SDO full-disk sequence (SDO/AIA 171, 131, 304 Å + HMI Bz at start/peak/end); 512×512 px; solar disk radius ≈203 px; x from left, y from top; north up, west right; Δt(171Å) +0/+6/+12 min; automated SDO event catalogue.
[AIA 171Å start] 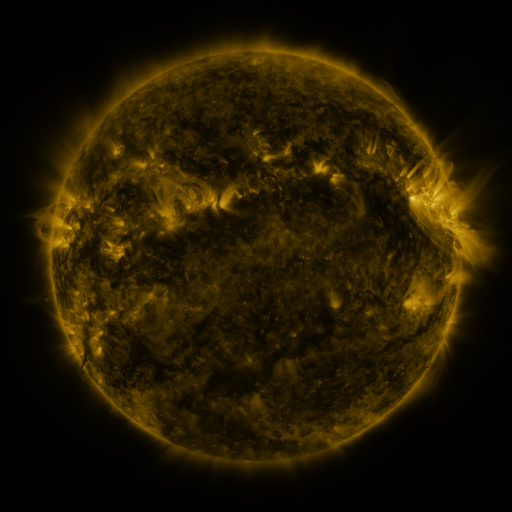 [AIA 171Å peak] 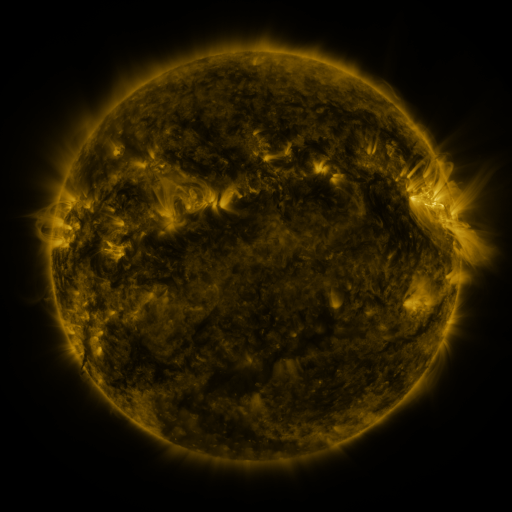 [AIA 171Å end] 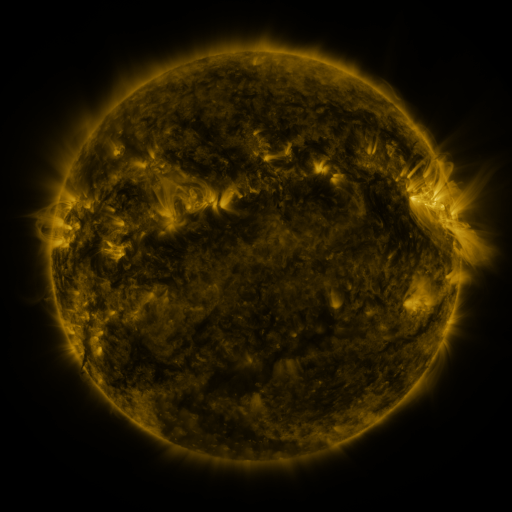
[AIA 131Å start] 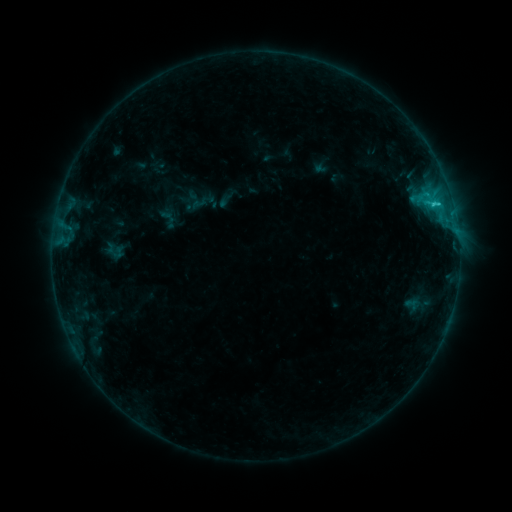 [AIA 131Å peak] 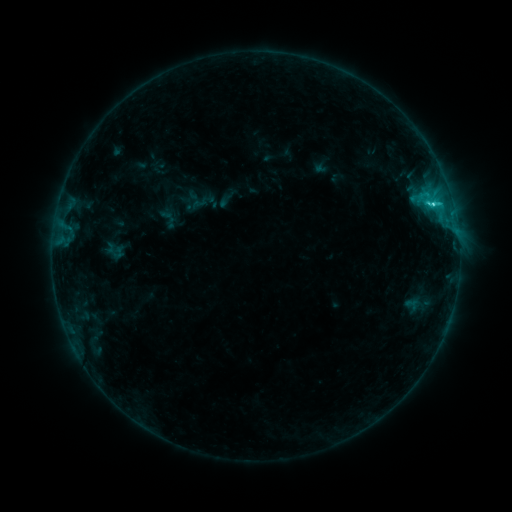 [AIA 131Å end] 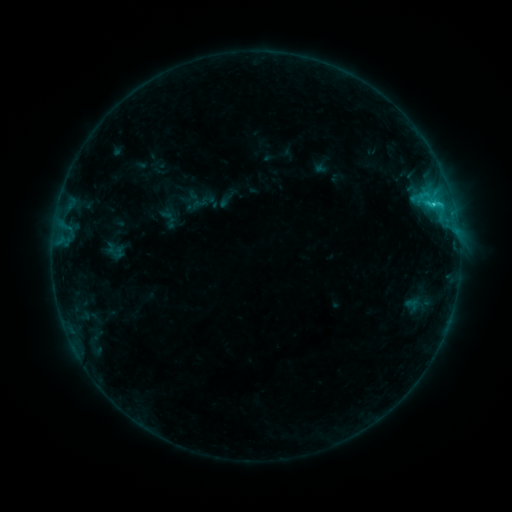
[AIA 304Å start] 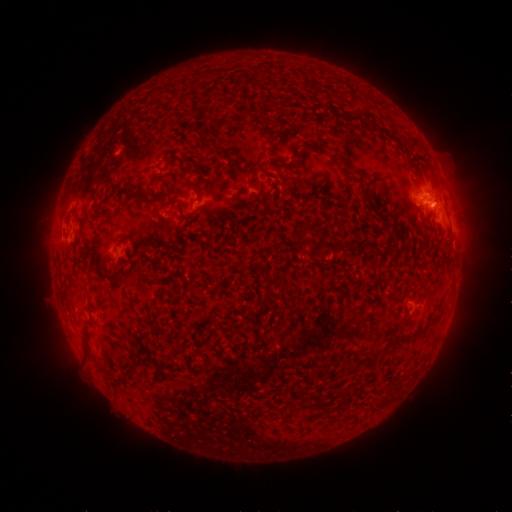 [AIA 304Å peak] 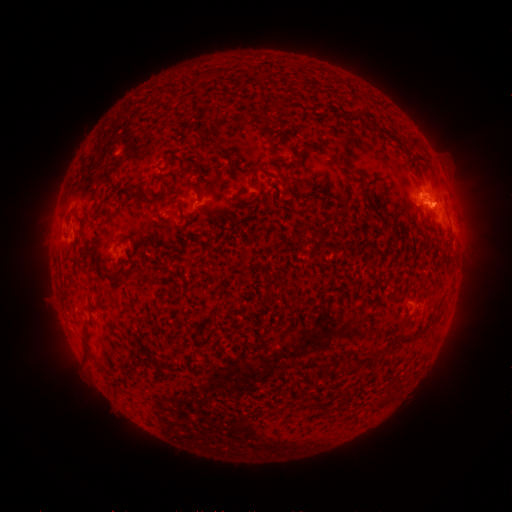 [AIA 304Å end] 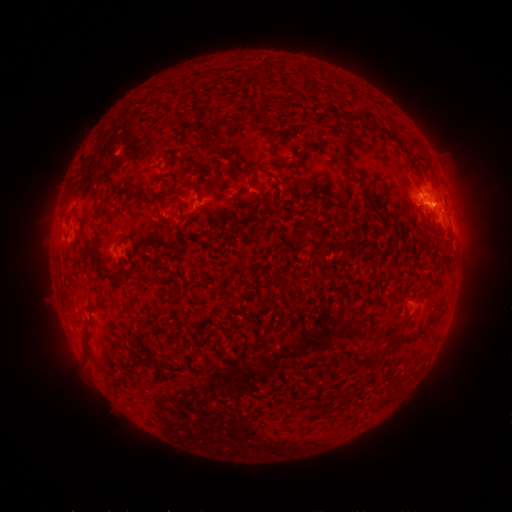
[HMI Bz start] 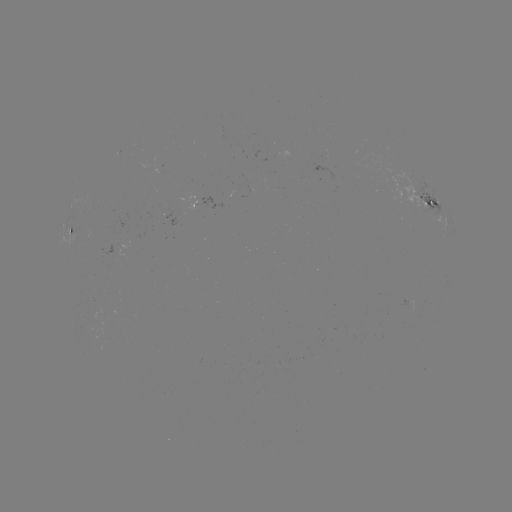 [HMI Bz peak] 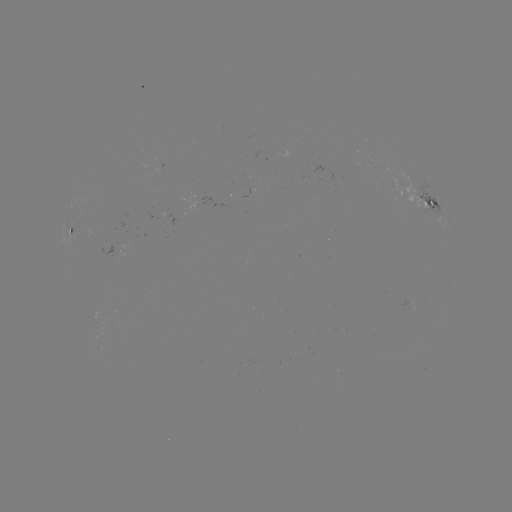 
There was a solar flare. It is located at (430, 205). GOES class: C1.6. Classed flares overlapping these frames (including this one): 1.